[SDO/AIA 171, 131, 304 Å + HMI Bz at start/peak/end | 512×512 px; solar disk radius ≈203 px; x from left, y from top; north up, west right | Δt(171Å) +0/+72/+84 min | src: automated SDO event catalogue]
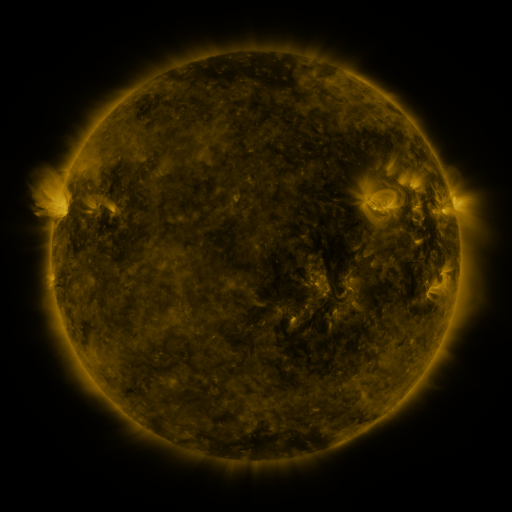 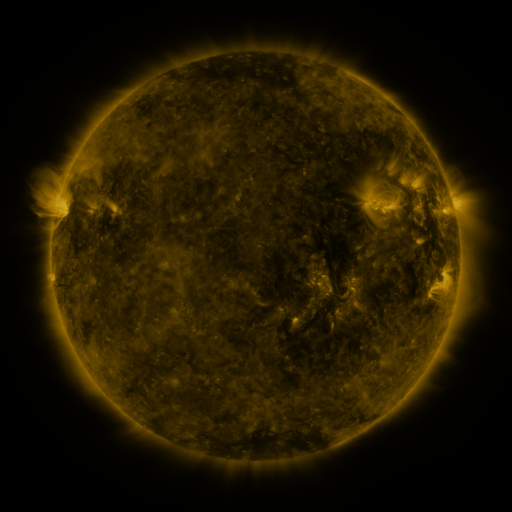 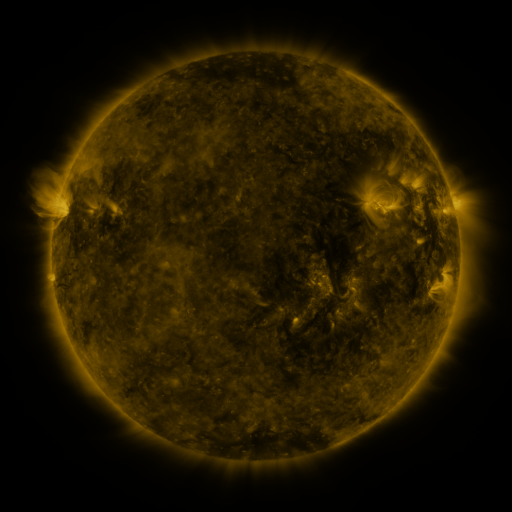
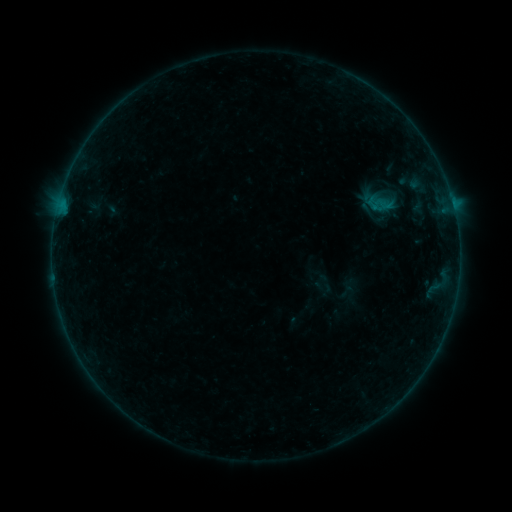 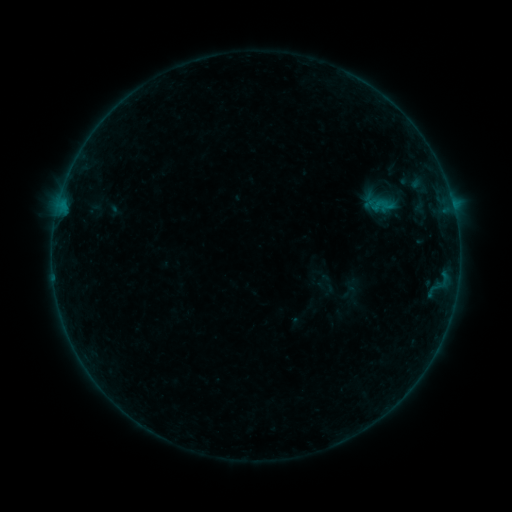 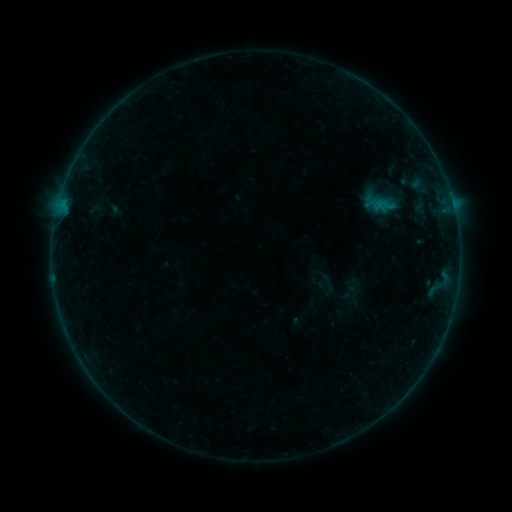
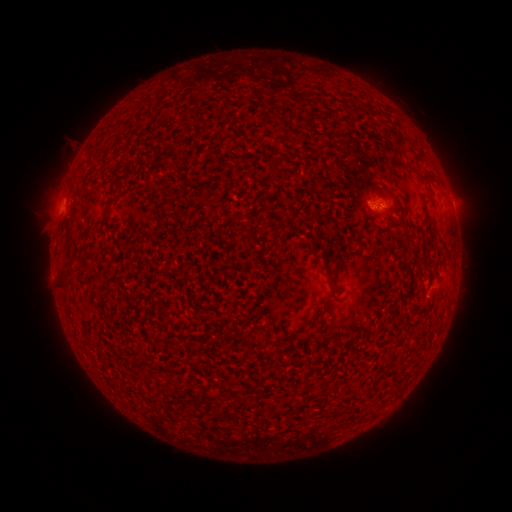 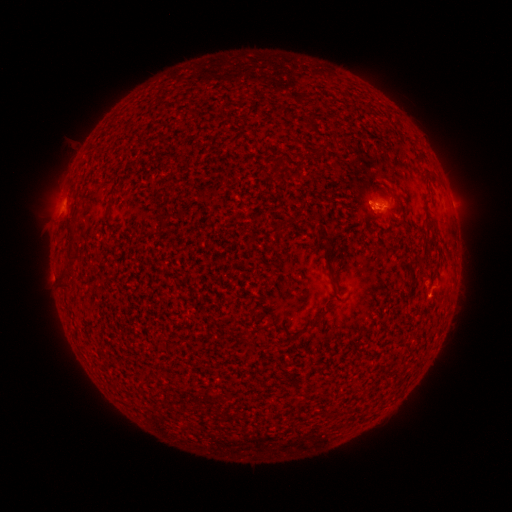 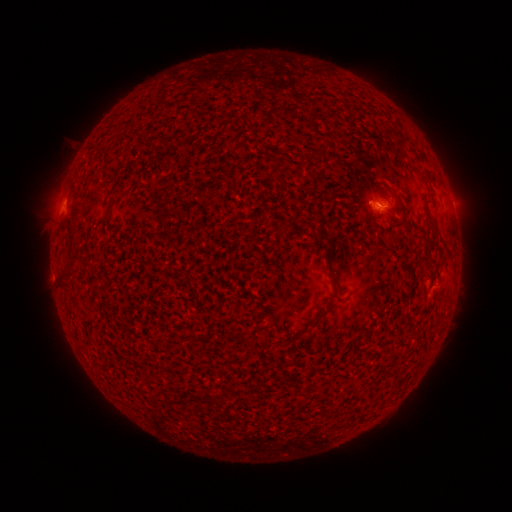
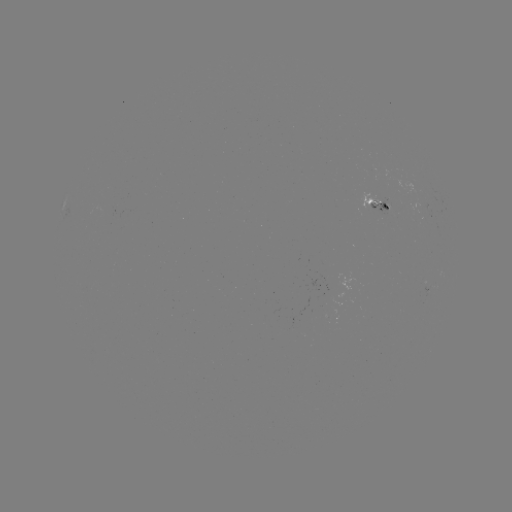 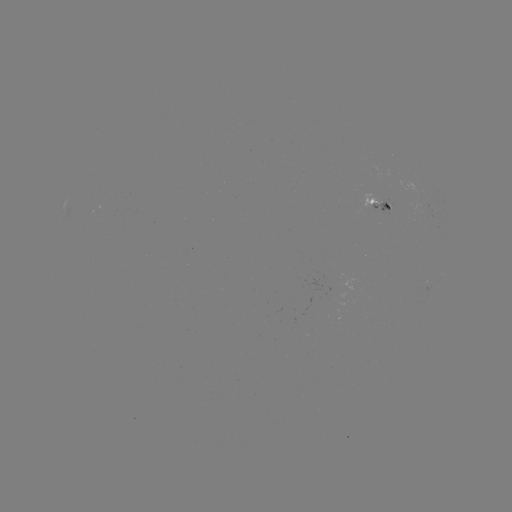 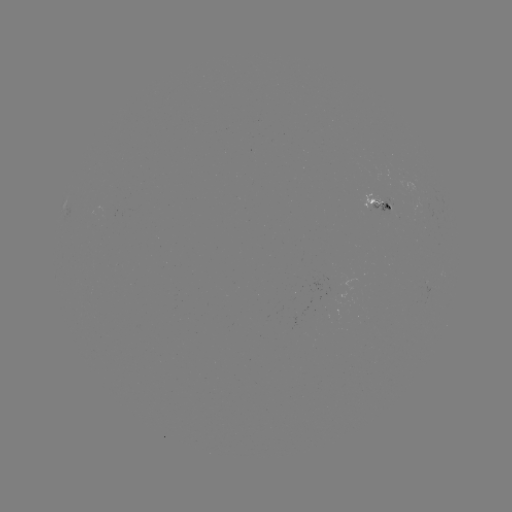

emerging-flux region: [370, 199, 393, 215]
